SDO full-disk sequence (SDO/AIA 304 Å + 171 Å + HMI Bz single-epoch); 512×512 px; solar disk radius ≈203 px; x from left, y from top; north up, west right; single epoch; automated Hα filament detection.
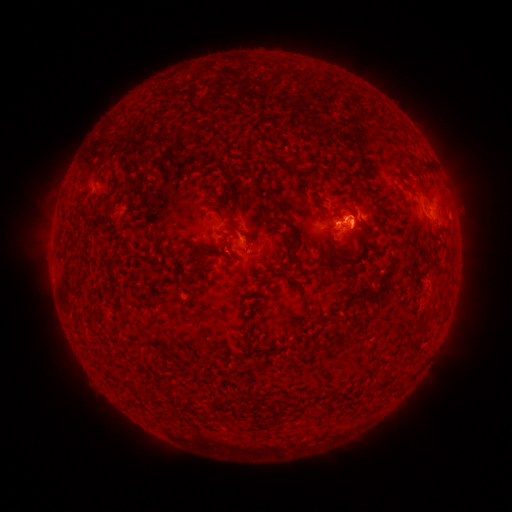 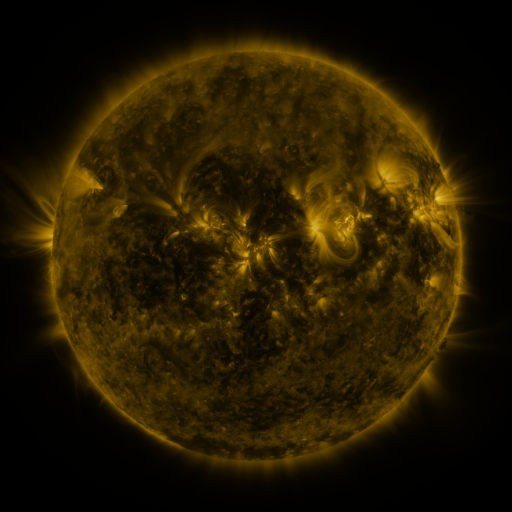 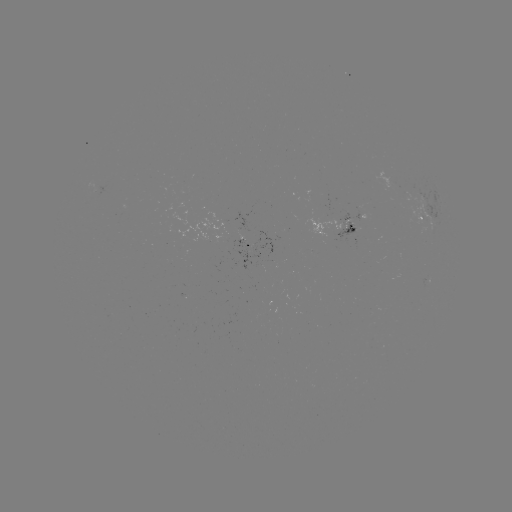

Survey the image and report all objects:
filament: [417, 189, 431, 201]
filament: [225, 220, 238, 228]
filament: [191, 253, 202, 276]
filament: [276, 266, 285, 274]
